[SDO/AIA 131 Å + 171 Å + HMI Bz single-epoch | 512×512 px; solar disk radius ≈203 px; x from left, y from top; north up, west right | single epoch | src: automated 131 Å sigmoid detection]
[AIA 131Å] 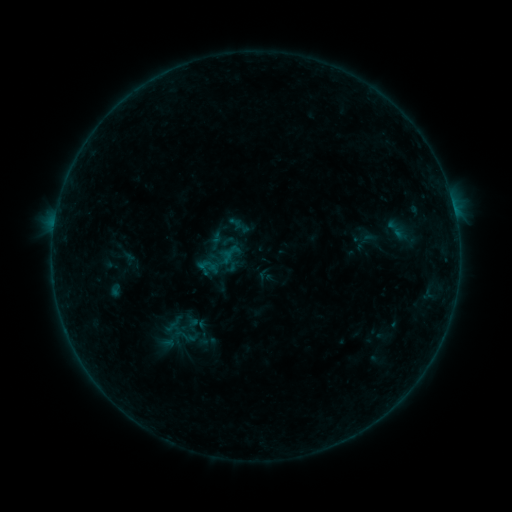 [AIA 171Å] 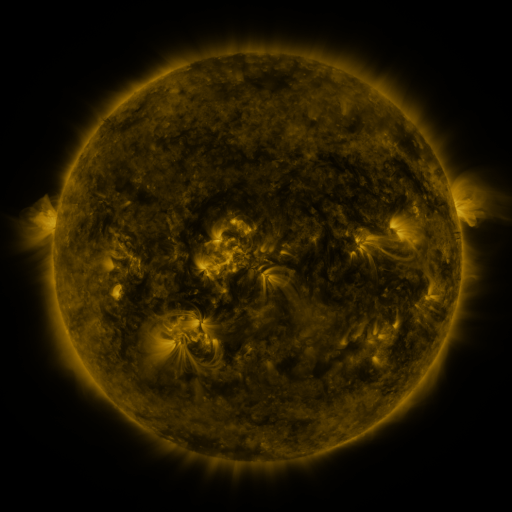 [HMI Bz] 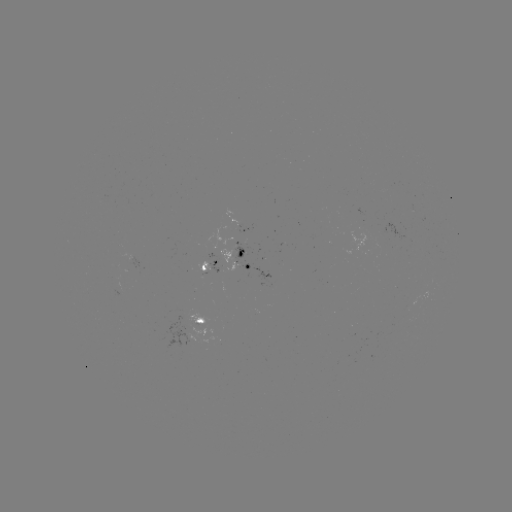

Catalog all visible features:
sigmoid: (173, 328, 200, 351)
